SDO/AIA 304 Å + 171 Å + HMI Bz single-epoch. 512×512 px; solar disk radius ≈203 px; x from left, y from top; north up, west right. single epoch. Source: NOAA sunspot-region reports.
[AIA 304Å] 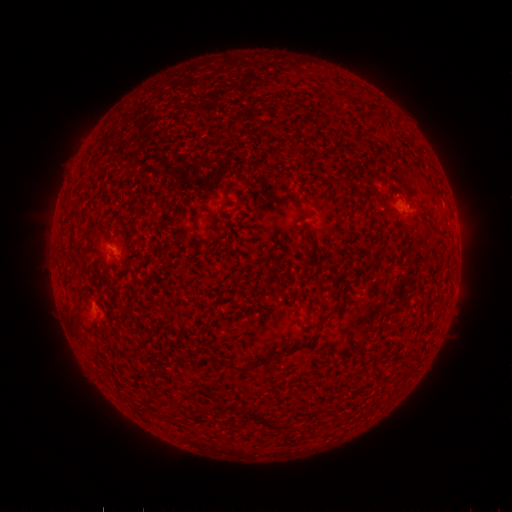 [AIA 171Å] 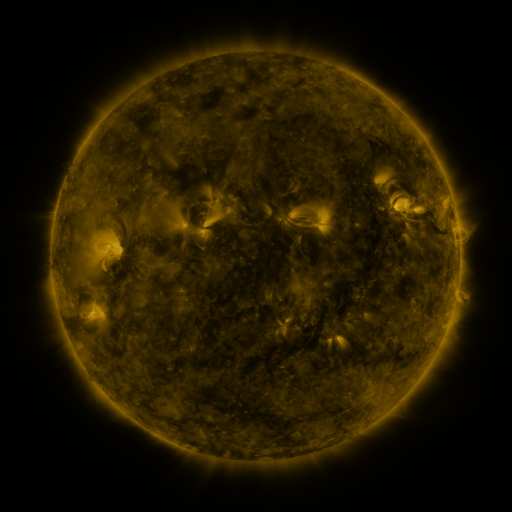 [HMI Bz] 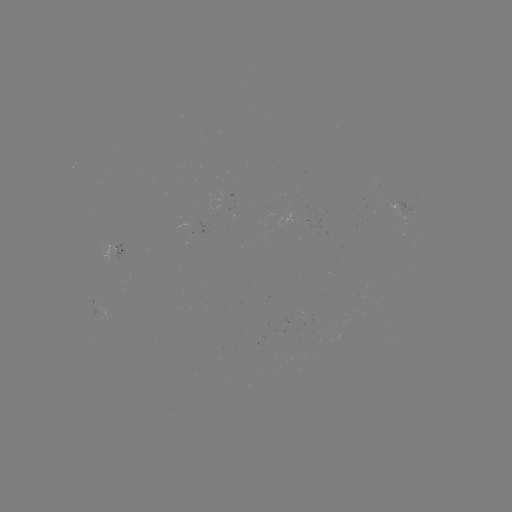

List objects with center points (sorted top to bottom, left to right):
spotted active region: (402, 208)
spotted active region: (127, 251)
